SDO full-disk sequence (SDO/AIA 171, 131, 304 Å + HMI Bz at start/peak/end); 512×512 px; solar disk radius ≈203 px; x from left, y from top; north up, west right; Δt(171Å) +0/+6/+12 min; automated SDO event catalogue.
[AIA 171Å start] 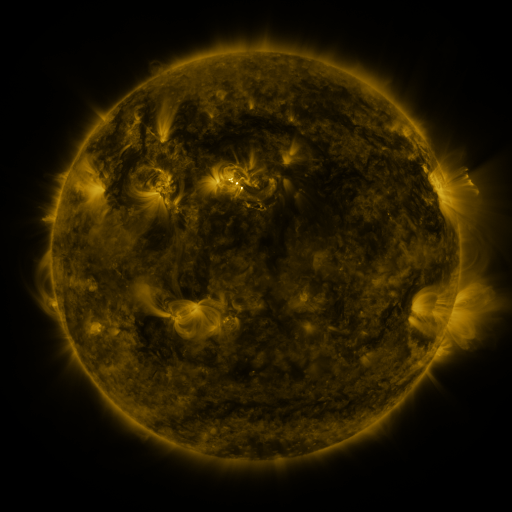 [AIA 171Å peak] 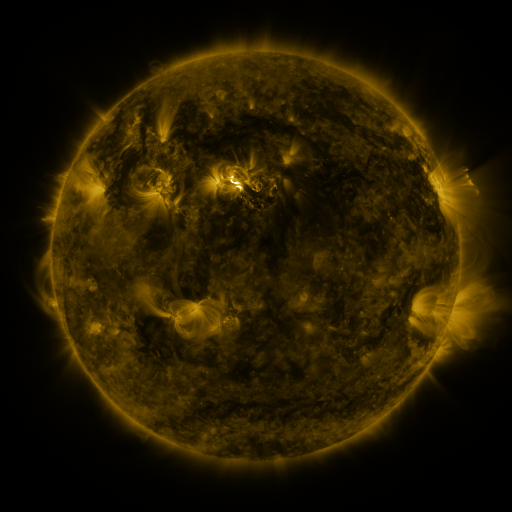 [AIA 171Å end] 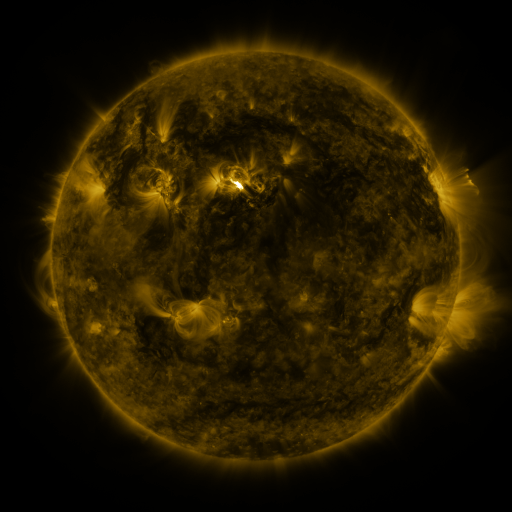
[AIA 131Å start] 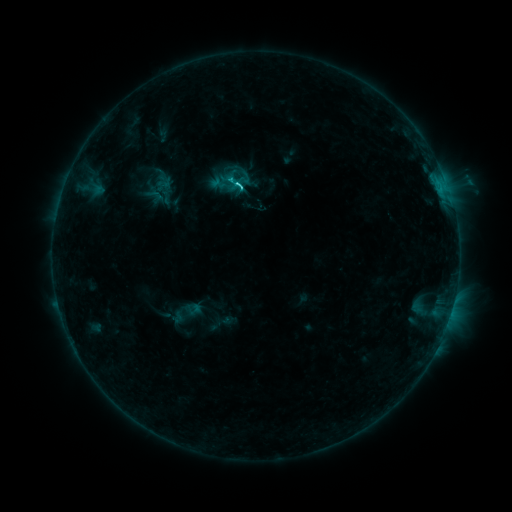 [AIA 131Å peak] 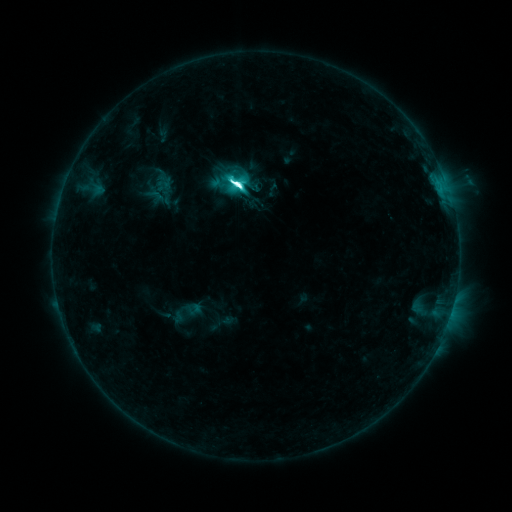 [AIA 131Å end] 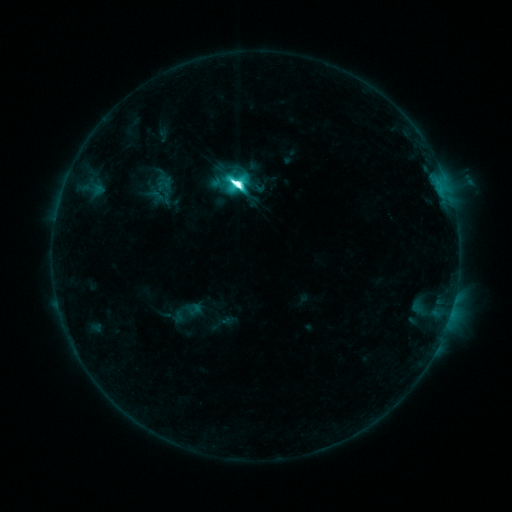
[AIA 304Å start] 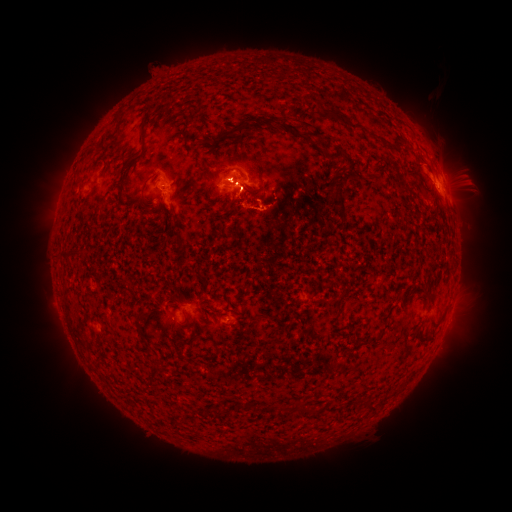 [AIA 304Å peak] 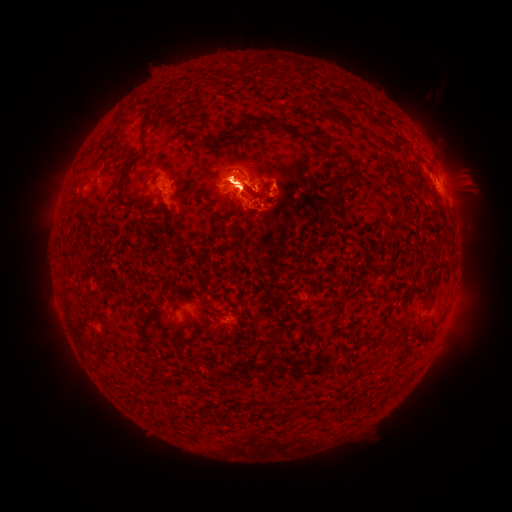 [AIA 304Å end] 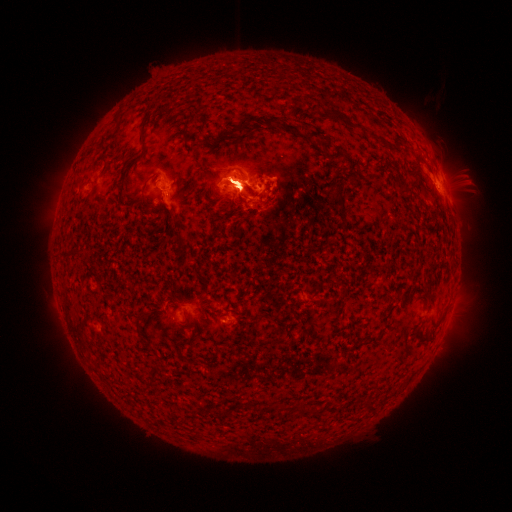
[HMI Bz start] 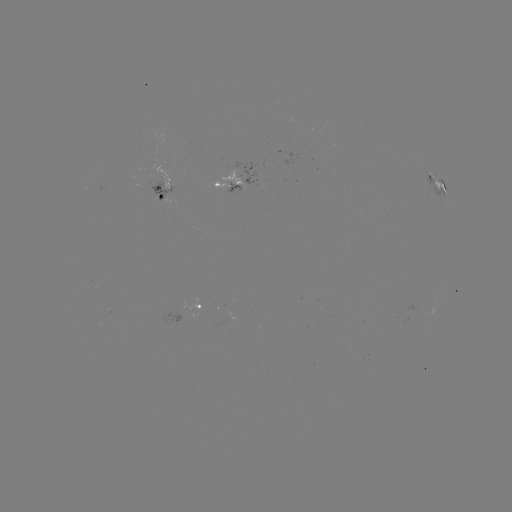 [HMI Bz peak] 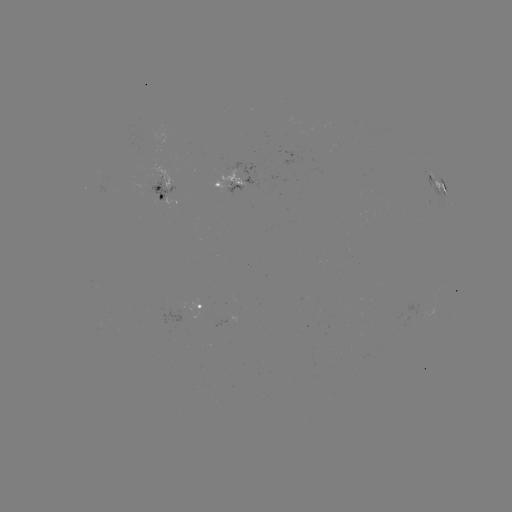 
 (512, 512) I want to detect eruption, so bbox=[436, 299, 477, 358].